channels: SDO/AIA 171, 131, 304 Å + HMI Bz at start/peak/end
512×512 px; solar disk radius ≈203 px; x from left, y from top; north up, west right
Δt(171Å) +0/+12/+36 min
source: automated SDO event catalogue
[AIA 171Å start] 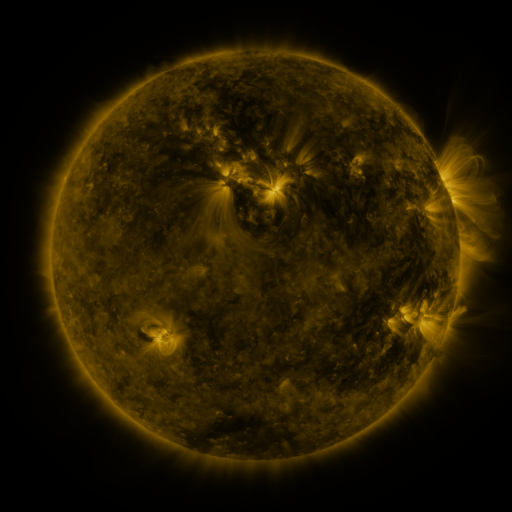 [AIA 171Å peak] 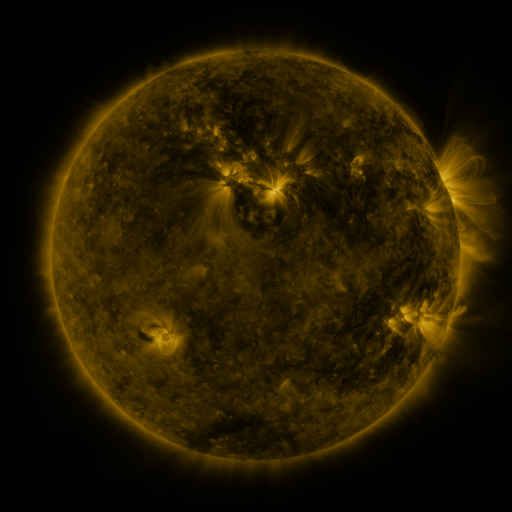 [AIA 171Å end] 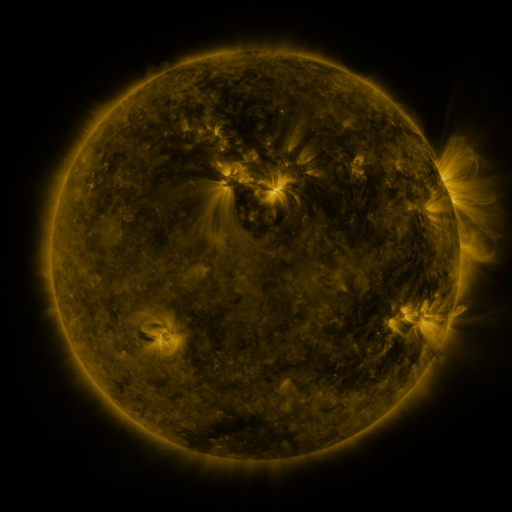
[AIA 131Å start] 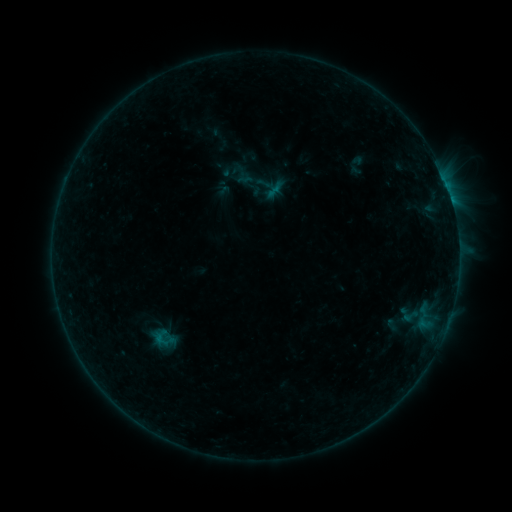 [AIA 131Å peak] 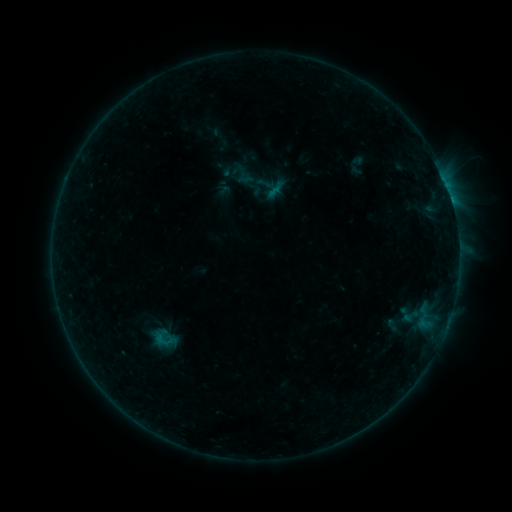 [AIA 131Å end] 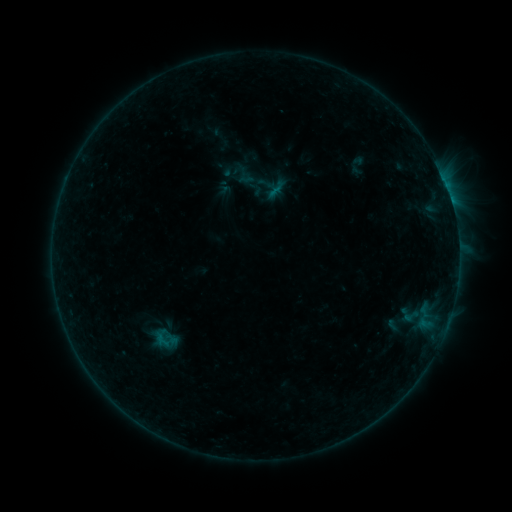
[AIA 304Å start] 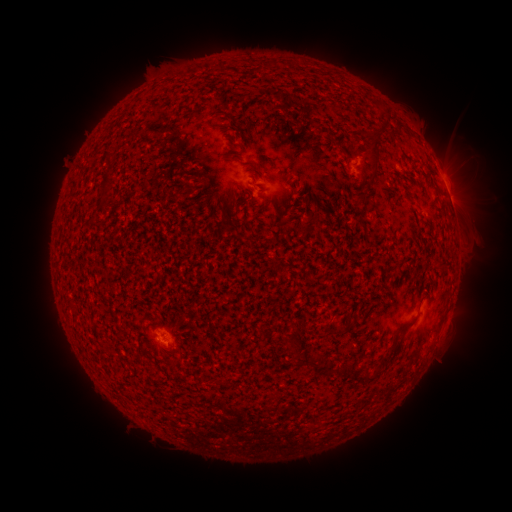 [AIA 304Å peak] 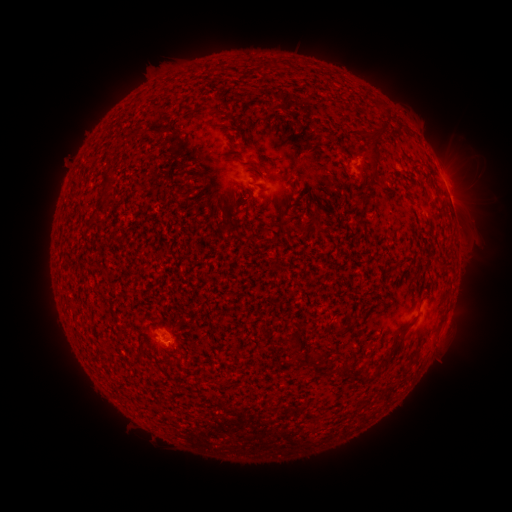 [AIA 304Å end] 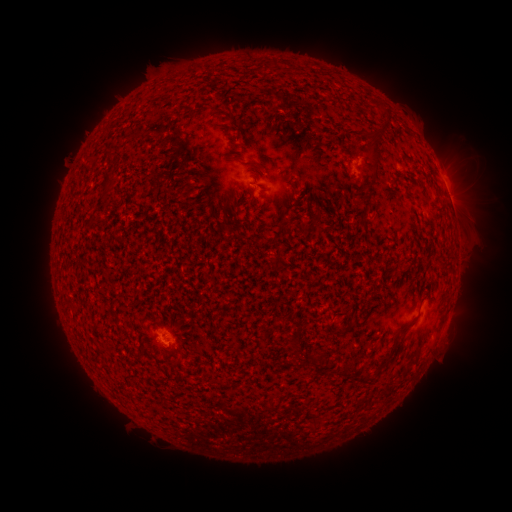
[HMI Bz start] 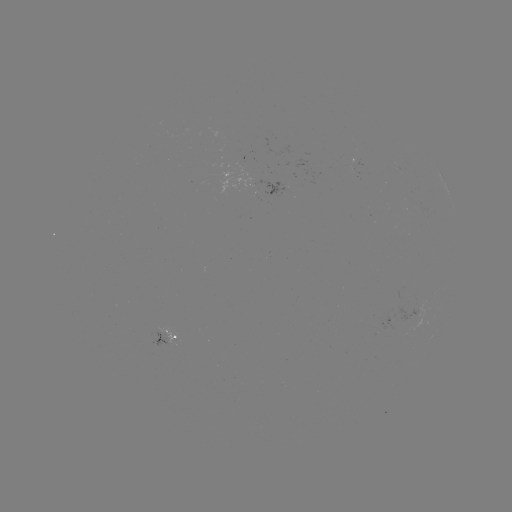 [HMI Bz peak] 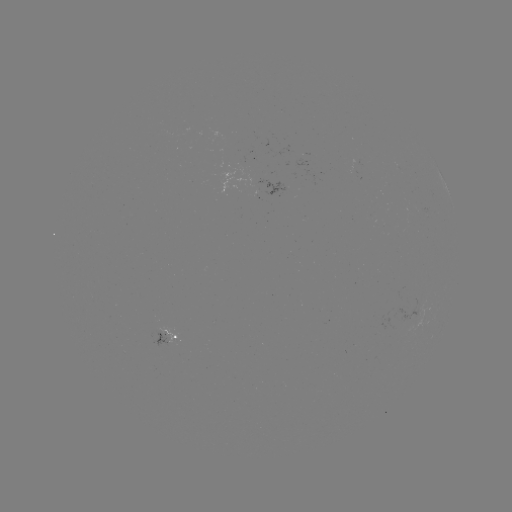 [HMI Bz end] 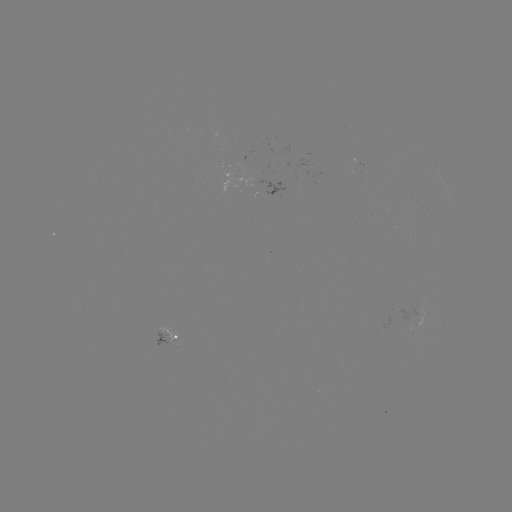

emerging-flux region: <bbox>398, 304, 419, 323</bbox>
